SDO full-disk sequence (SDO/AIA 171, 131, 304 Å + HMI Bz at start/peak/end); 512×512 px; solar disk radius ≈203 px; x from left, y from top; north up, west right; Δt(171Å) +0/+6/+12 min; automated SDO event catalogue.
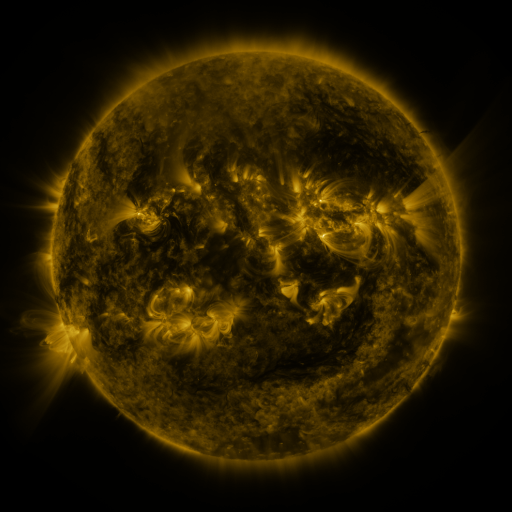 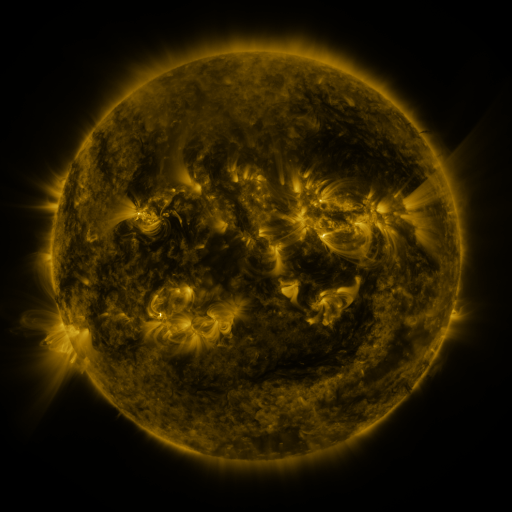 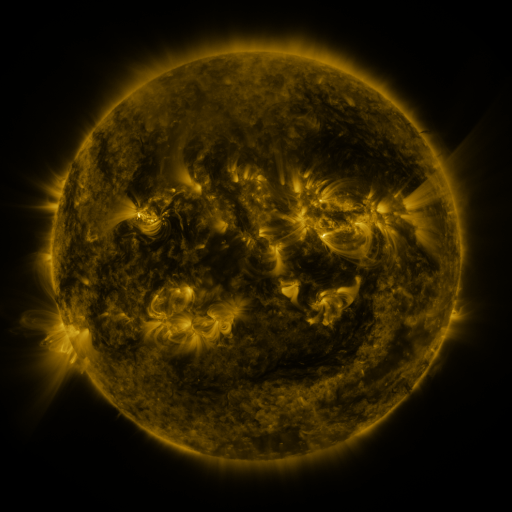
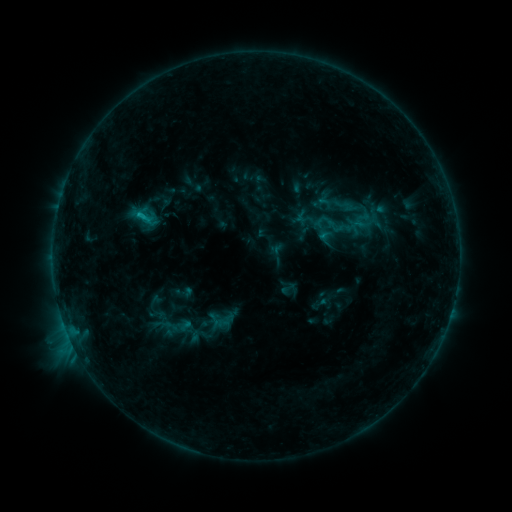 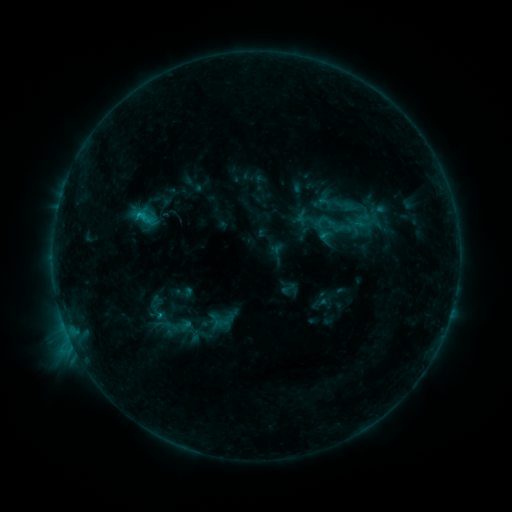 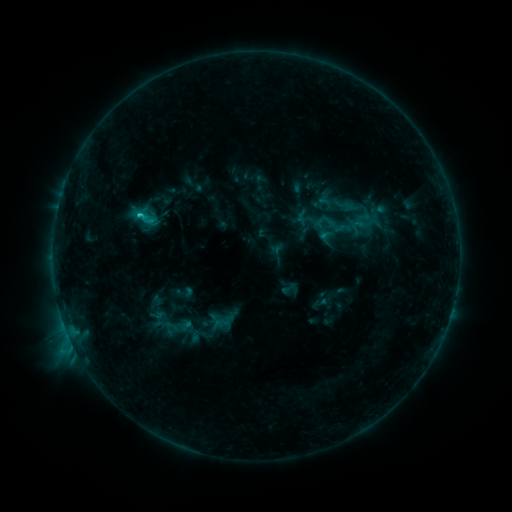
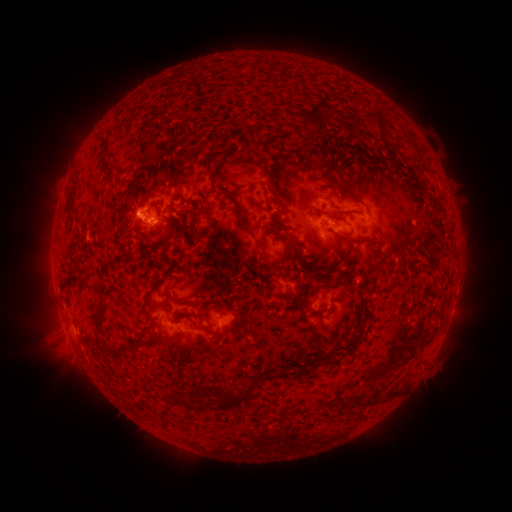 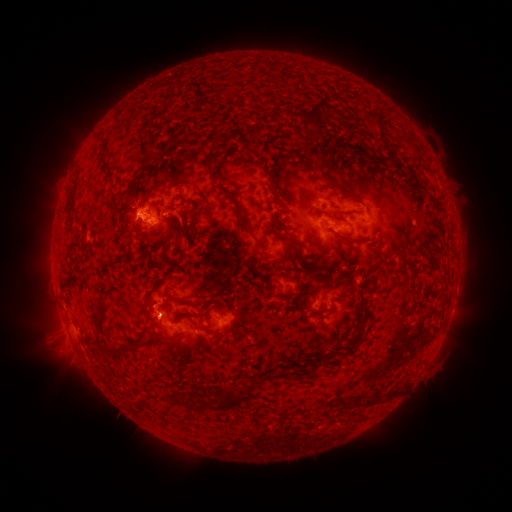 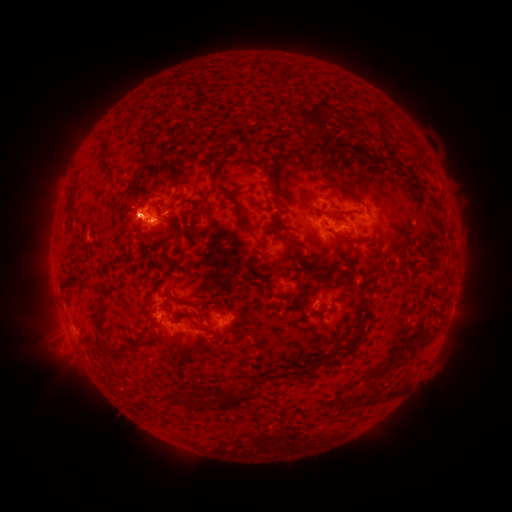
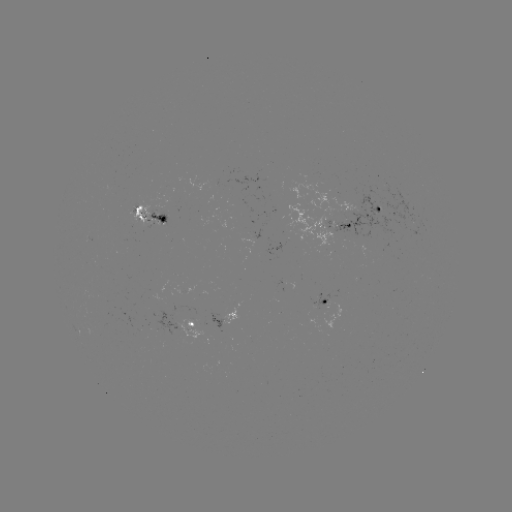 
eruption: [127, 279, 179, 353]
